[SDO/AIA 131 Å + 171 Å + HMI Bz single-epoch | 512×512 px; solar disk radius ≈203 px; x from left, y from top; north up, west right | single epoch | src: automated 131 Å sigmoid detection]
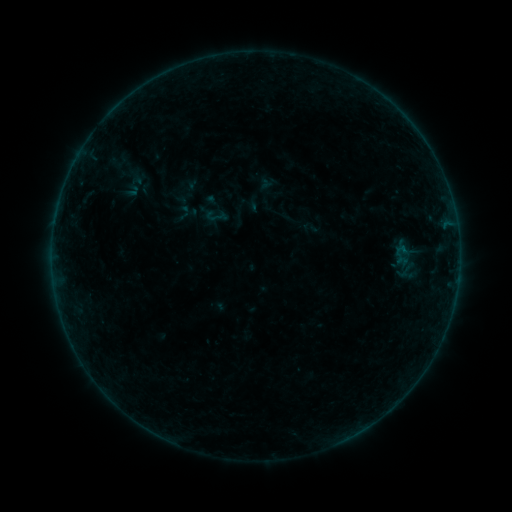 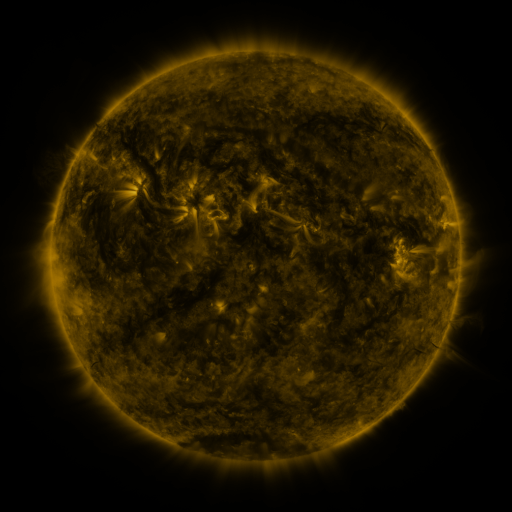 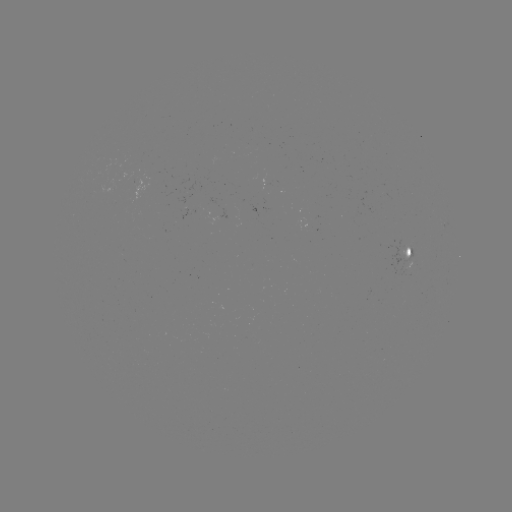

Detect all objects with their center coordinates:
sigmoid: (216, 216)
sigmoid: (405, 270)
